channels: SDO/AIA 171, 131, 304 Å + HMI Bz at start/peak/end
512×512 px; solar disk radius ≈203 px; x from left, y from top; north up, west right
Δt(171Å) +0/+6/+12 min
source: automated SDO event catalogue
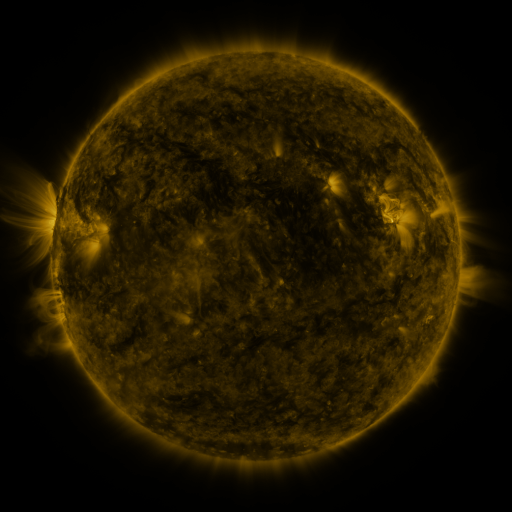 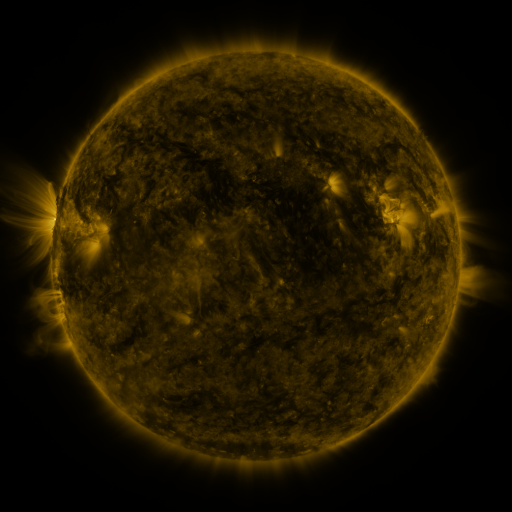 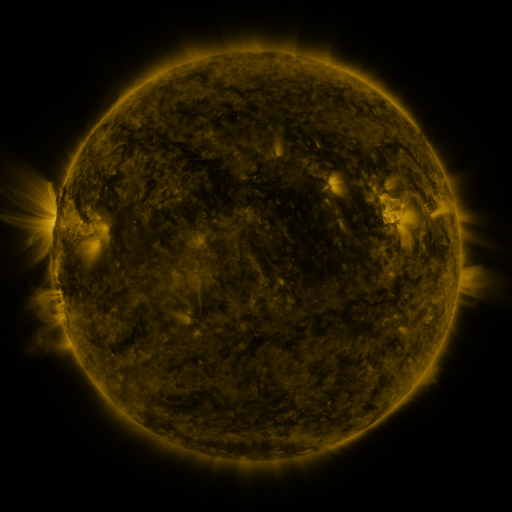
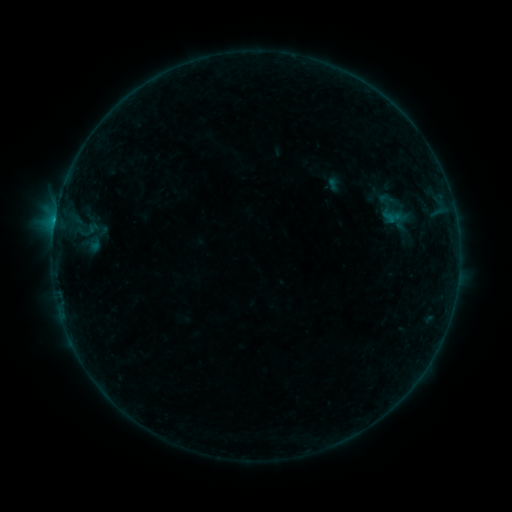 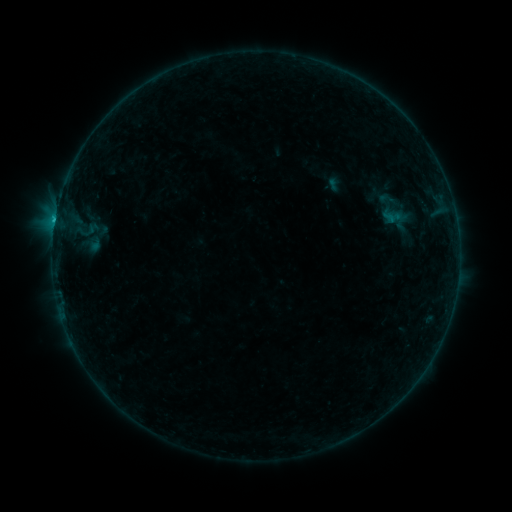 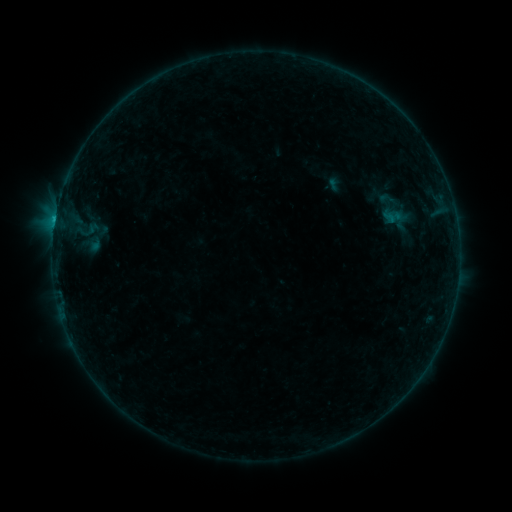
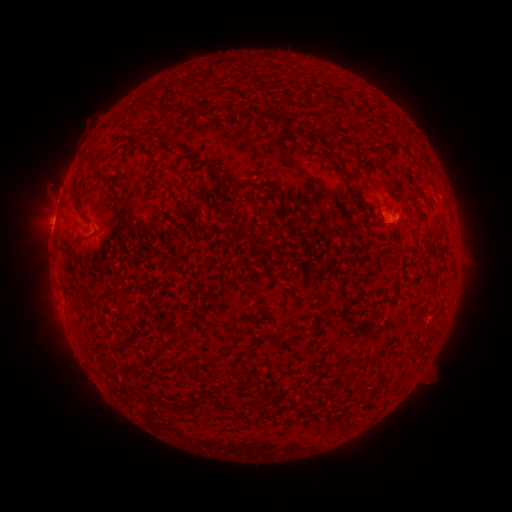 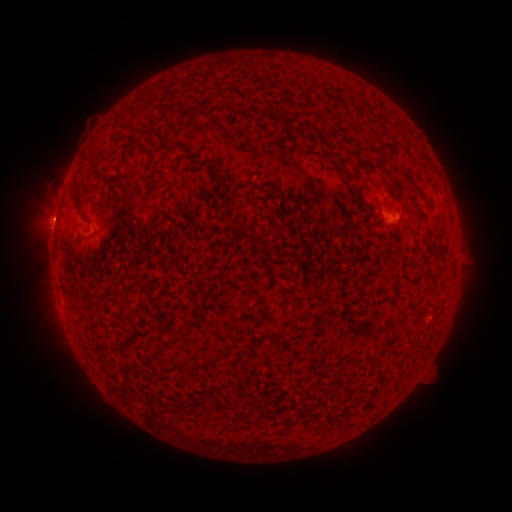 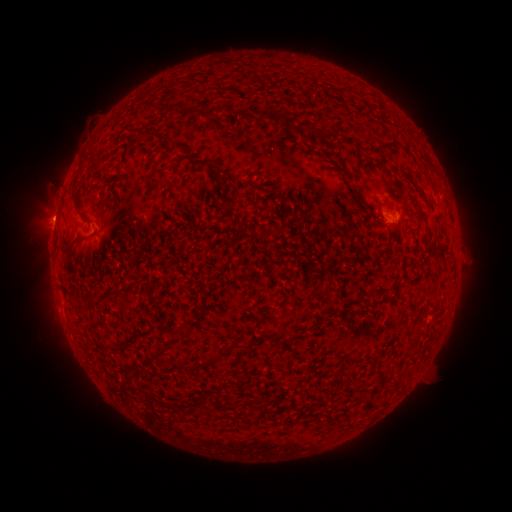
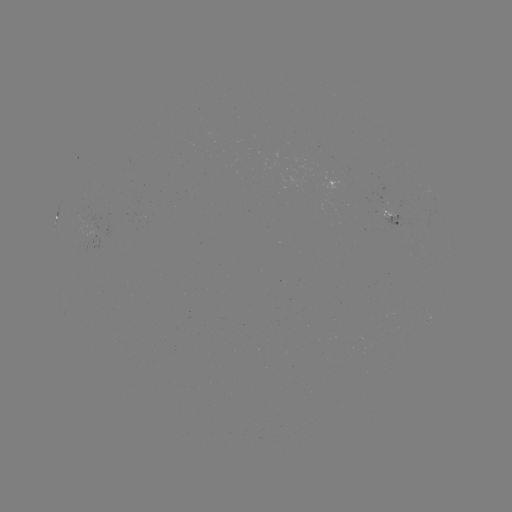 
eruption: <bbox>30, 193, 78, 240</bbox>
